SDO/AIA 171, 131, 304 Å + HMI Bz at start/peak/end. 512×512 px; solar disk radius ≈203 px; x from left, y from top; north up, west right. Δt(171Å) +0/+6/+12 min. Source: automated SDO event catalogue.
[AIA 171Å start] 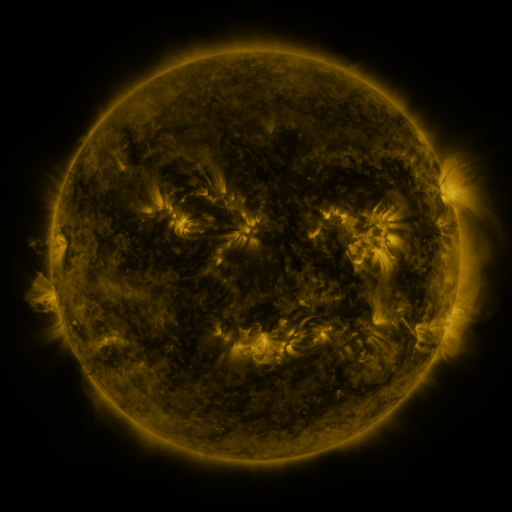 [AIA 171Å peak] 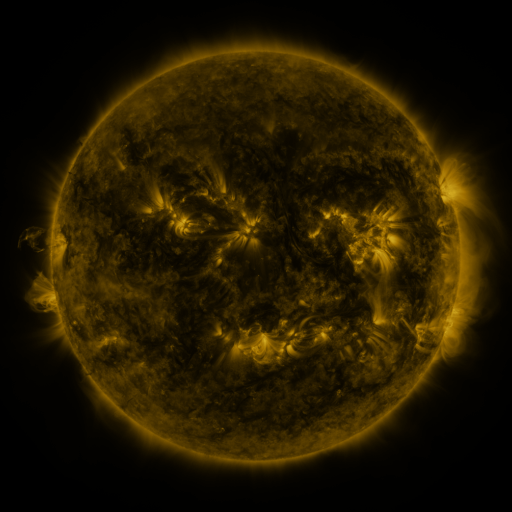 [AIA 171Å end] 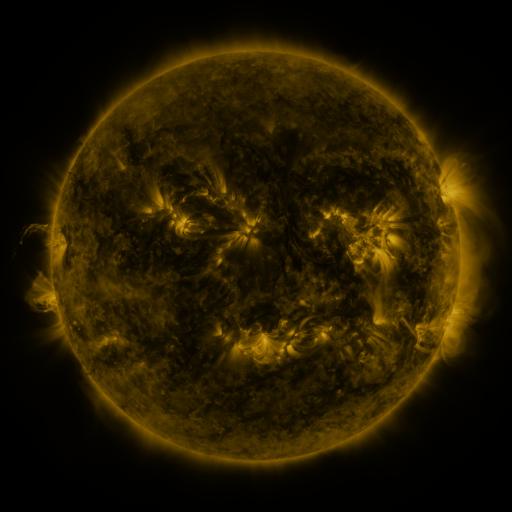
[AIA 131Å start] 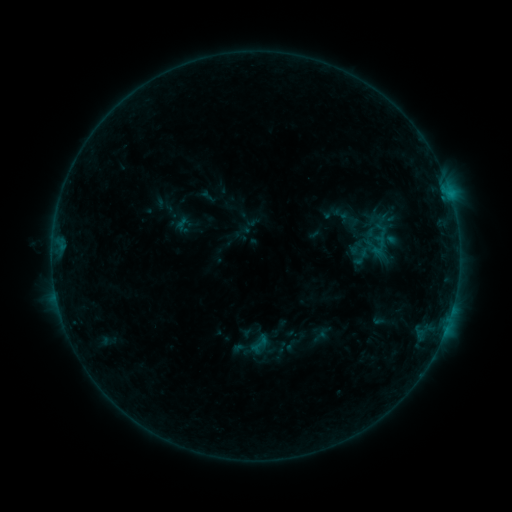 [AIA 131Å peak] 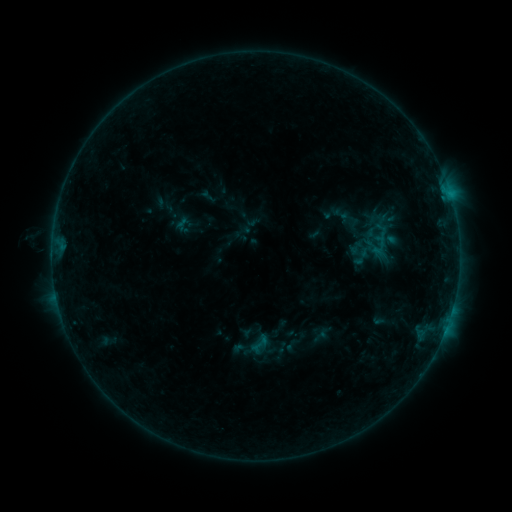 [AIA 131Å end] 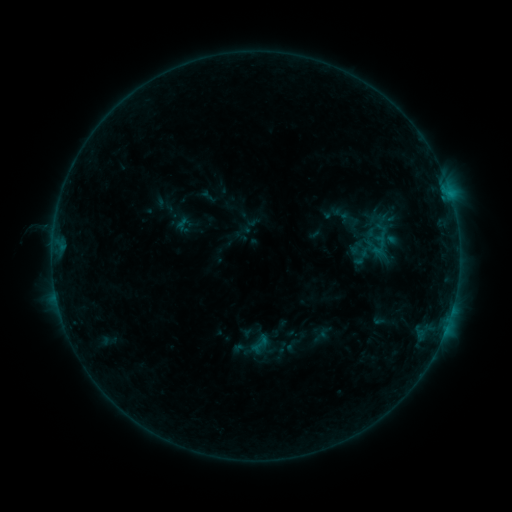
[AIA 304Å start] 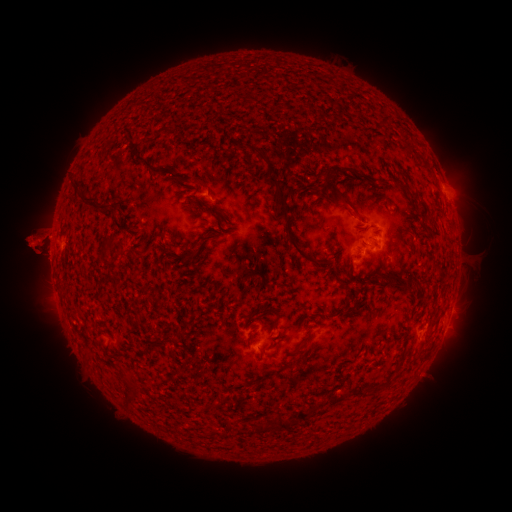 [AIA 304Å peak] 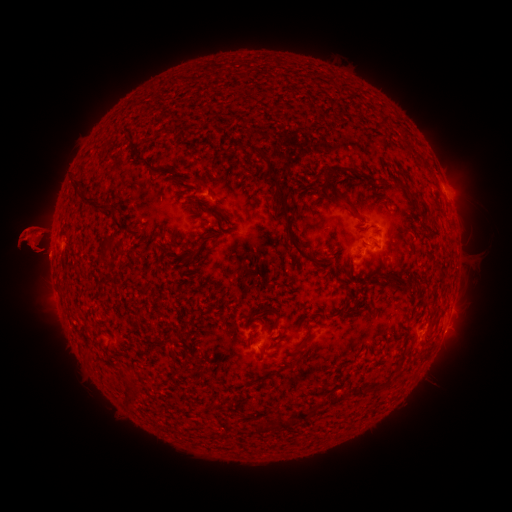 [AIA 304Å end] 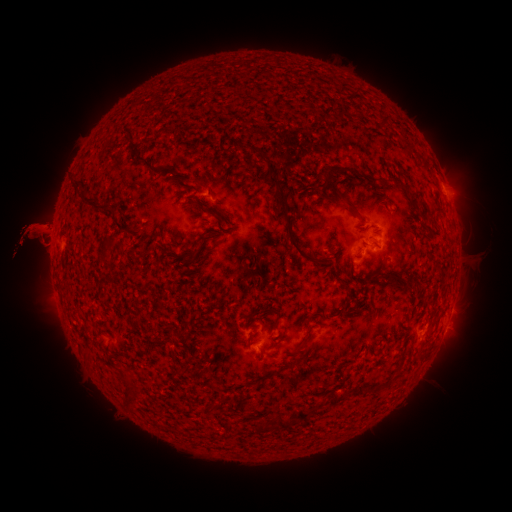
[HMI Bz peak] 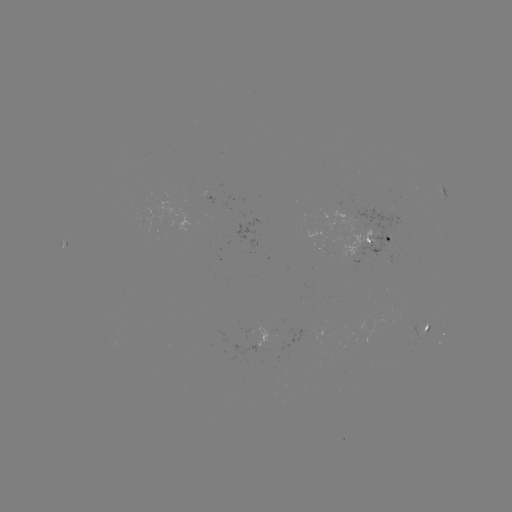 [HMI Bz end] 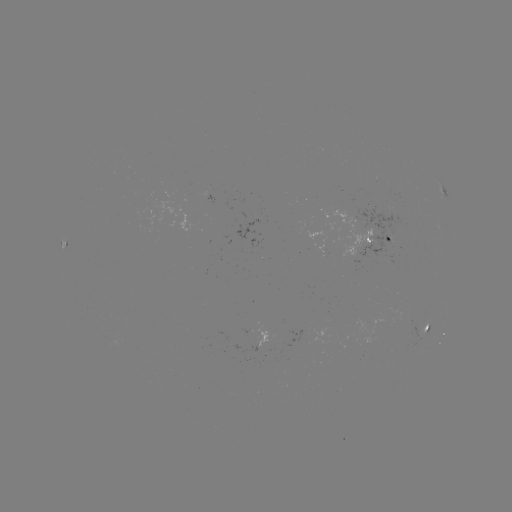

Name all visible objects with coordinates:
eruption: (87, 239)
